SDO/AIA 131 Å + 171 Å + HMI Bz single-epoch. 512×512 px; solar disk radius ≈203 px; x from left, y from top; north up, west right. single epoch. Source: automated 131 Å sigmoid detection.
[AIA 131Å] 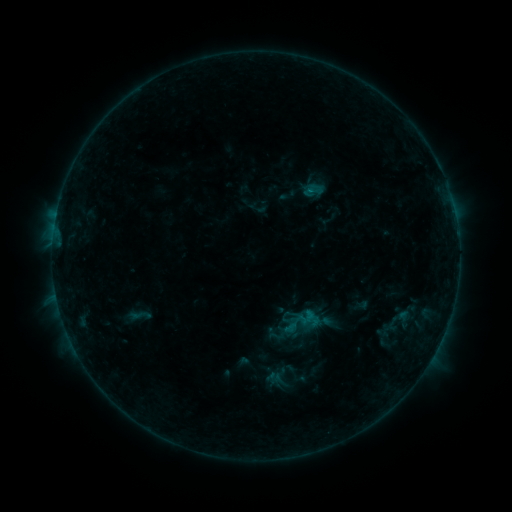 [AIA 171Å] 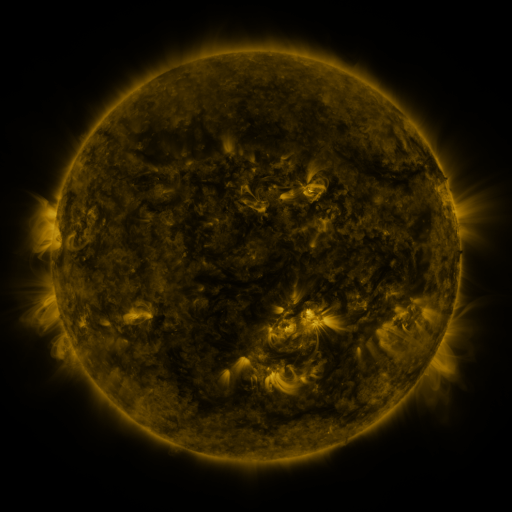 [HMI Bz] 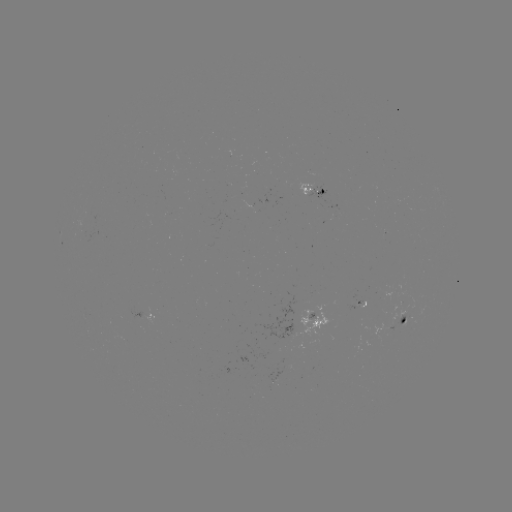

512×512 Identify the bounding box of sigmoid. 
[126, 303, 154, 327].